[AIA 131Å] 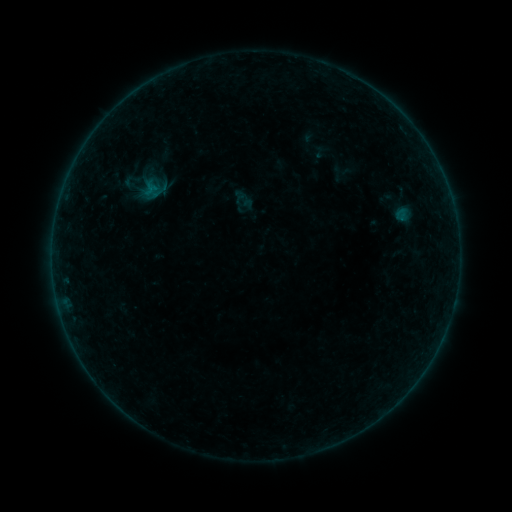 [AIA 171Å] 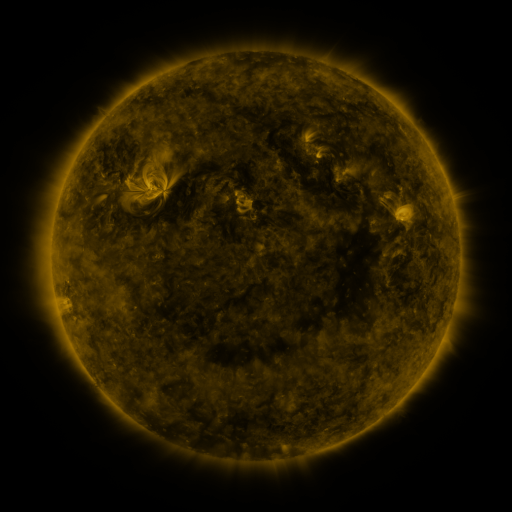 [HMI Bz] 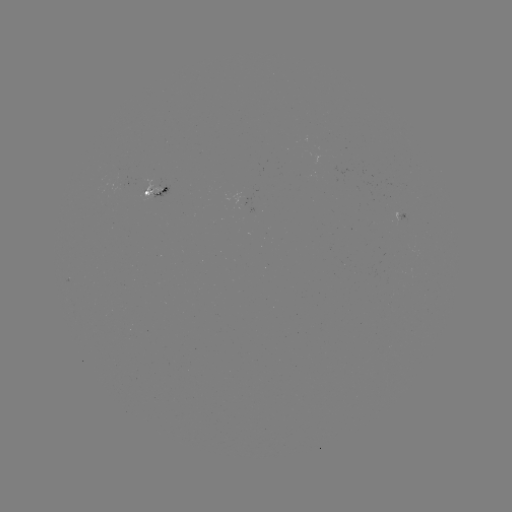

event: sigmoid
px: (153, 189)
